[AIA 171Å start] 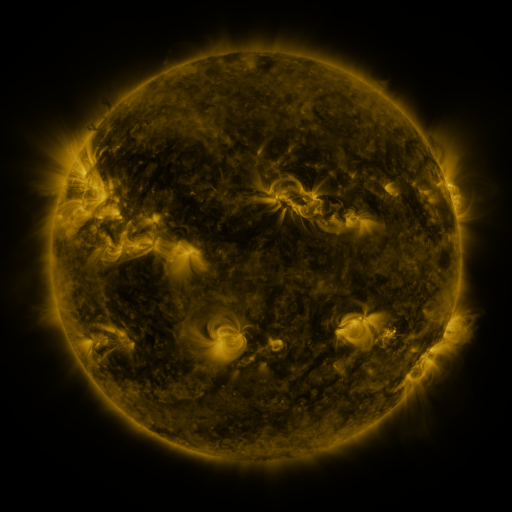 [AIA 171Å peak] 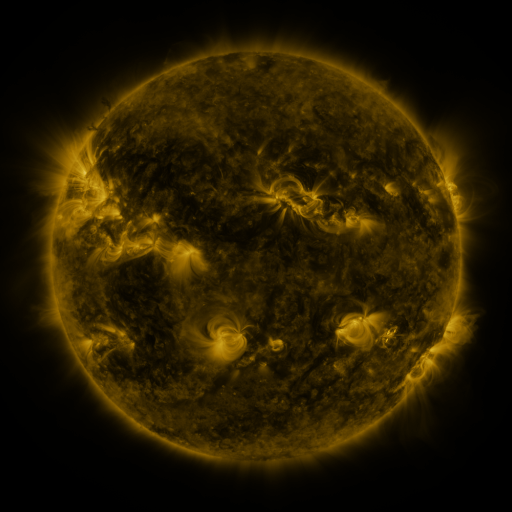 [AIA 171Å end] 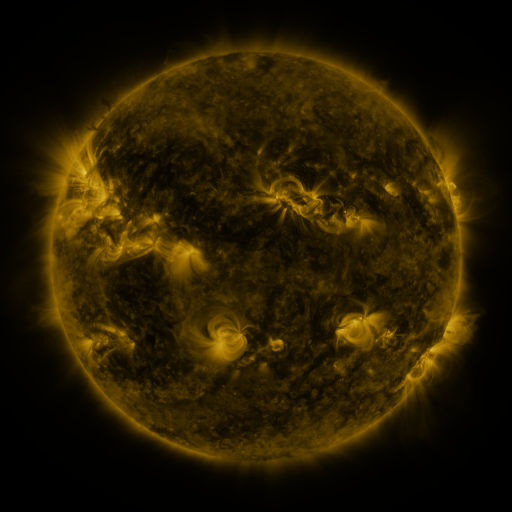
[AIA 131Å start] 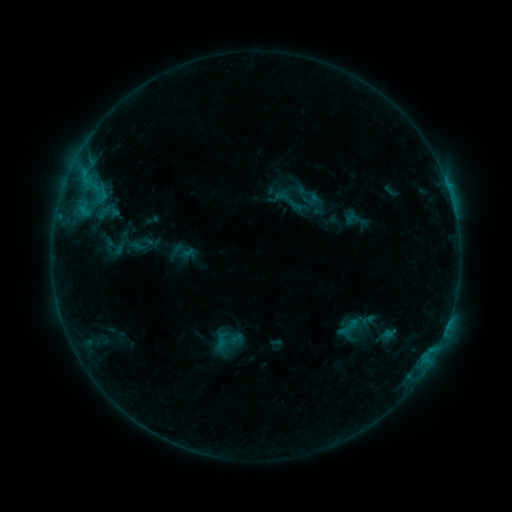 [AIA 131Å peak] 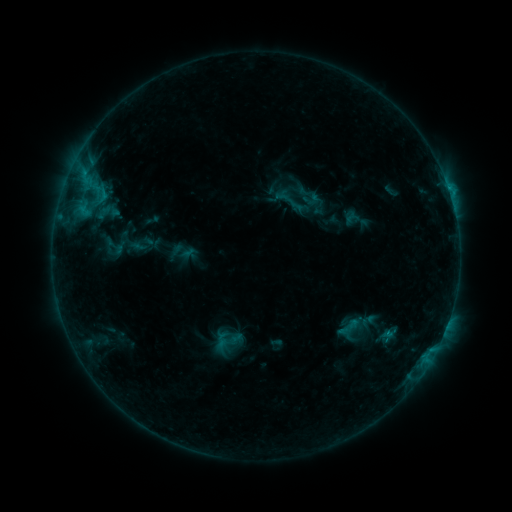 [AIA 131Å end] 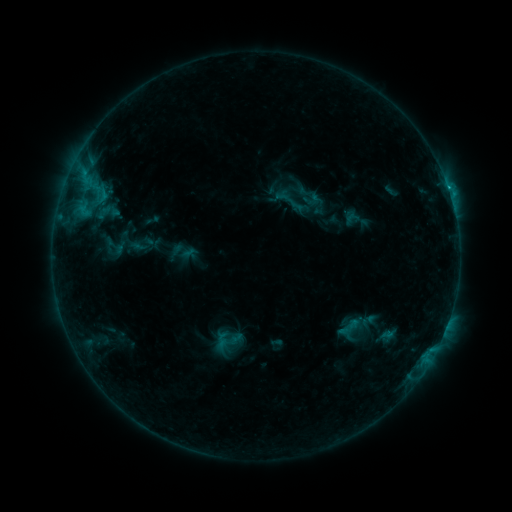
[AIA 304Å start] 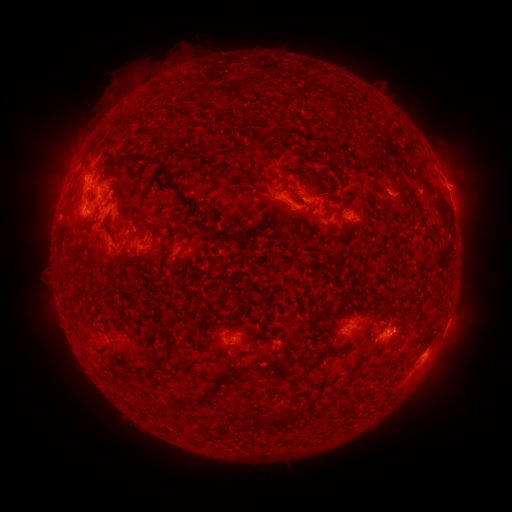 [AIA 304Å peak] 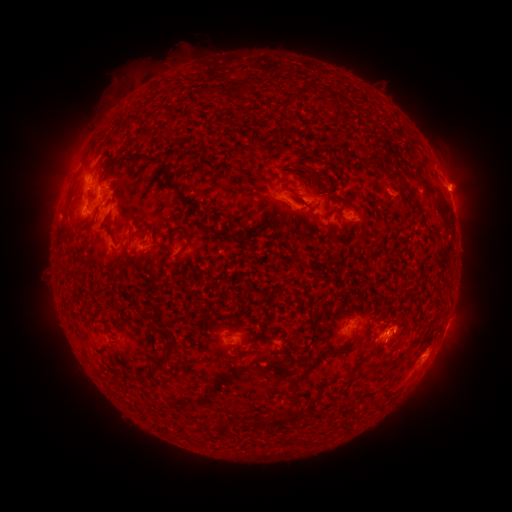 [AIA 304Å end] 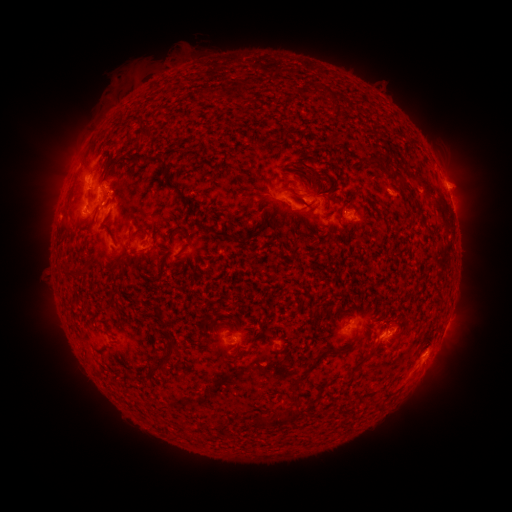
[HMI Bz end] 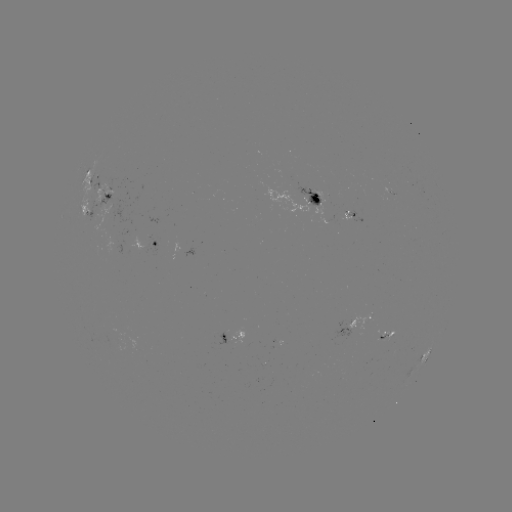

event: eruption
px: (459, 183)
